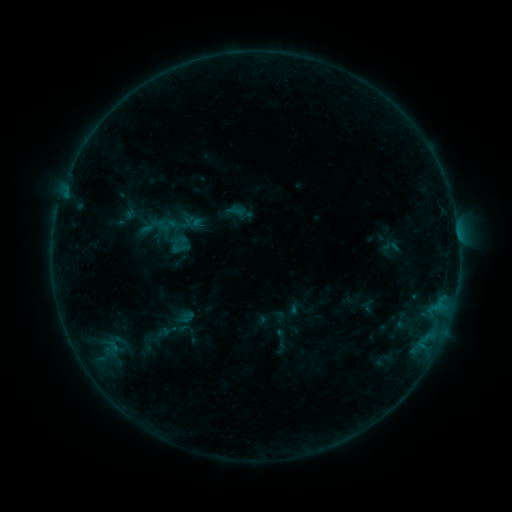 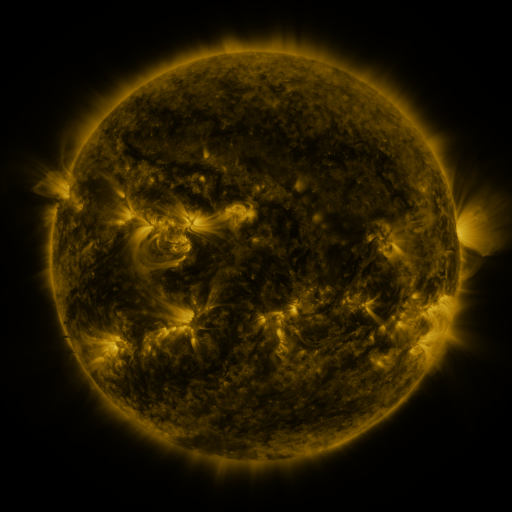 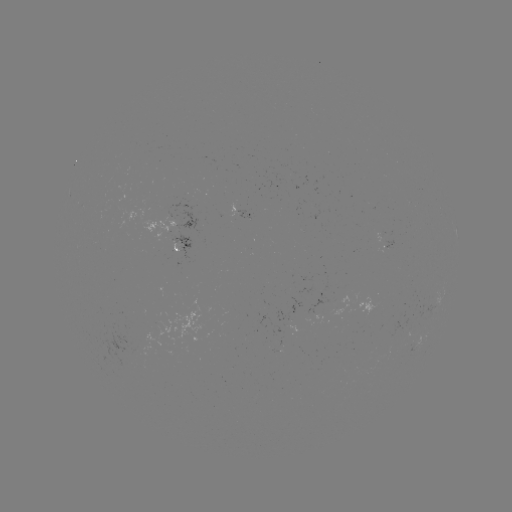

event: sigmoid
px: (180, 245)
